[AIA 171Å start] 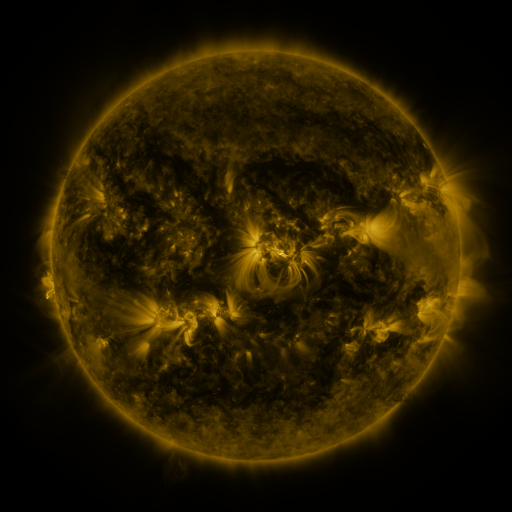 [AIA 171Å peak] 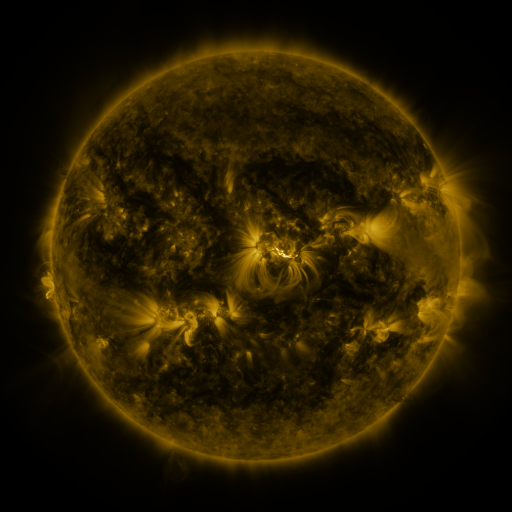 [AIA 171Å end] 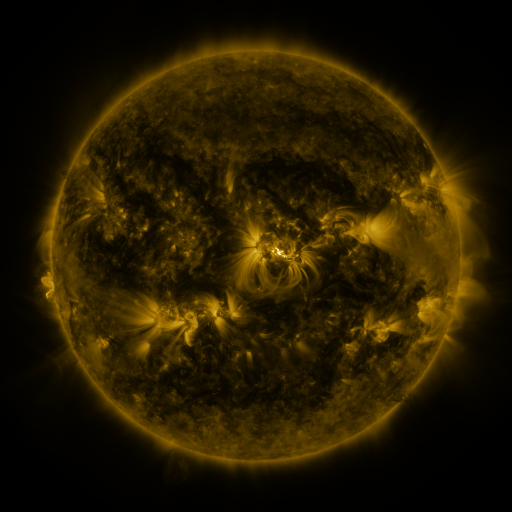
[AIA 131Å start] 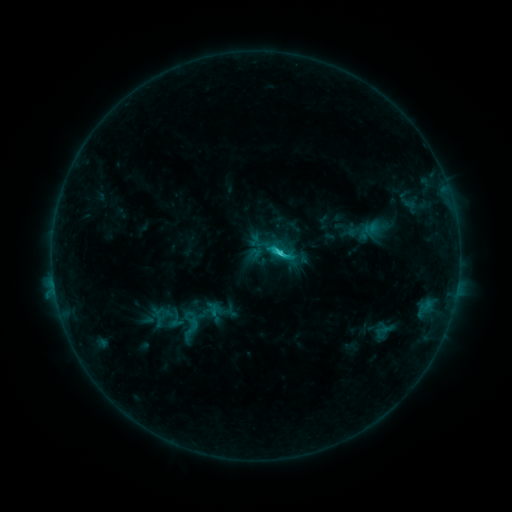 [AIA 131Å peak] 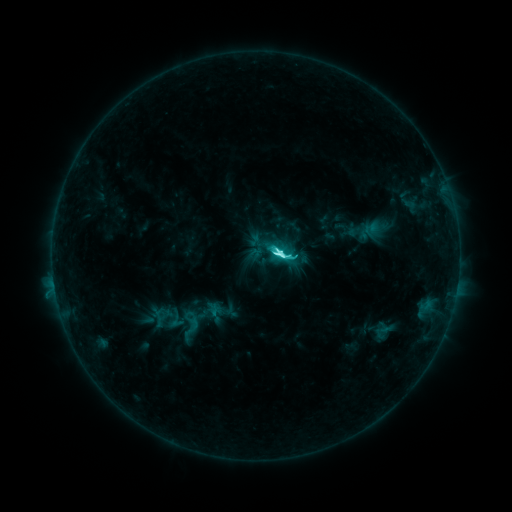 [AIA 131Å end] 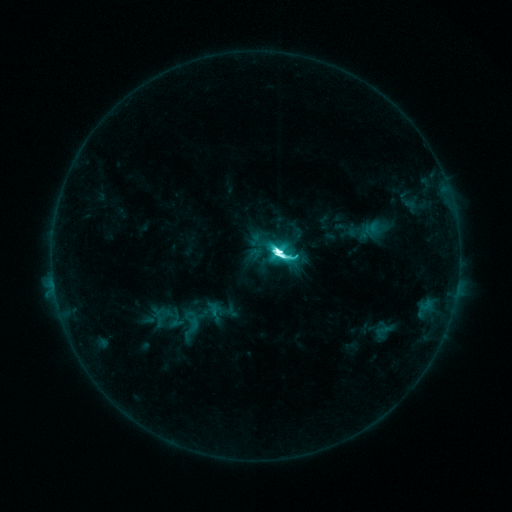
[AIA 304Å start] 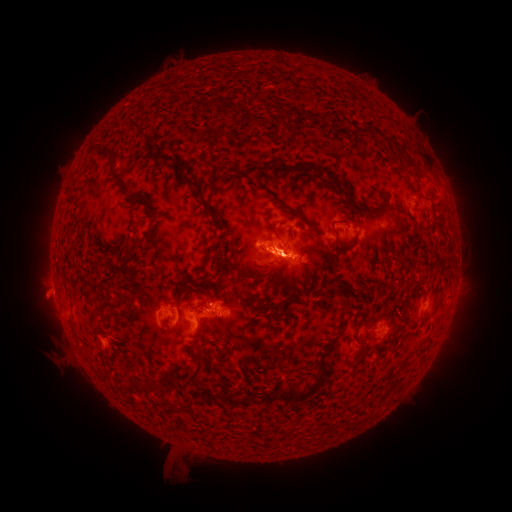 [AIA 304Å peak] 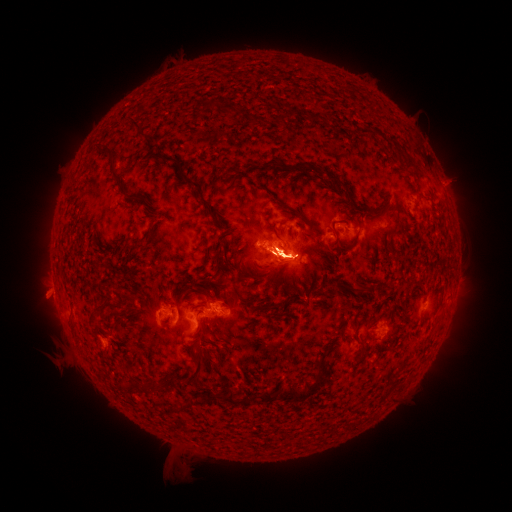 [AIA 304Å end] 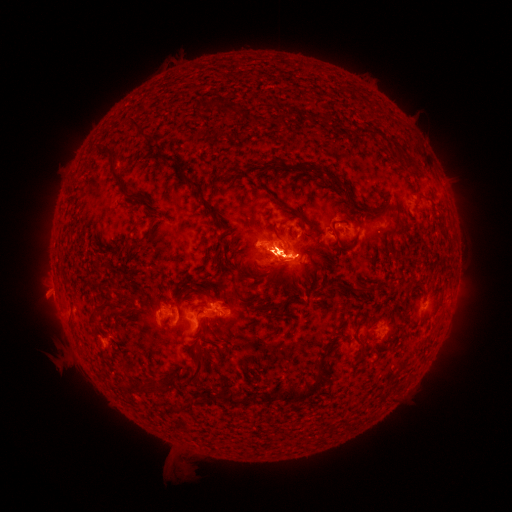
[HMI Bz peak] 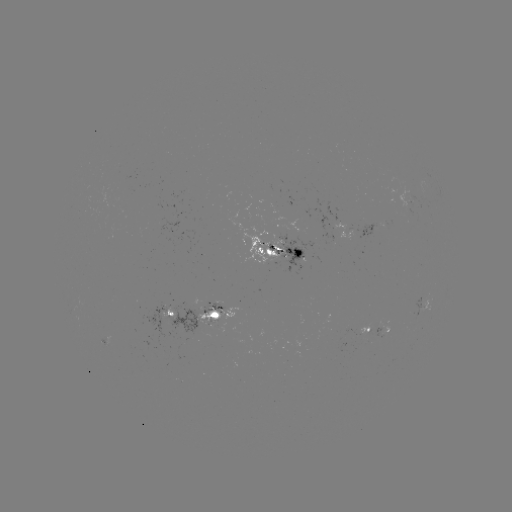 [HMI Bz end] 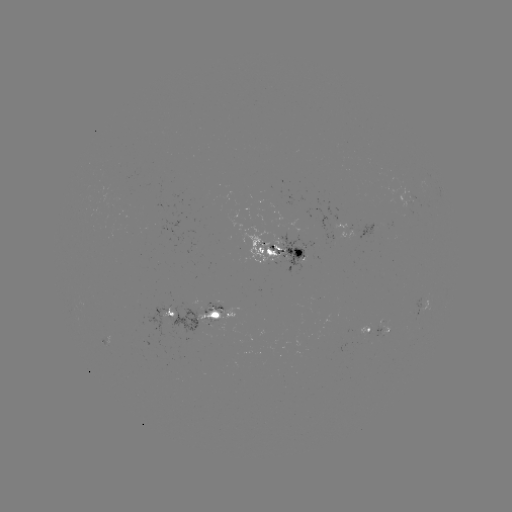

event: eruption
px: (267, 276)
